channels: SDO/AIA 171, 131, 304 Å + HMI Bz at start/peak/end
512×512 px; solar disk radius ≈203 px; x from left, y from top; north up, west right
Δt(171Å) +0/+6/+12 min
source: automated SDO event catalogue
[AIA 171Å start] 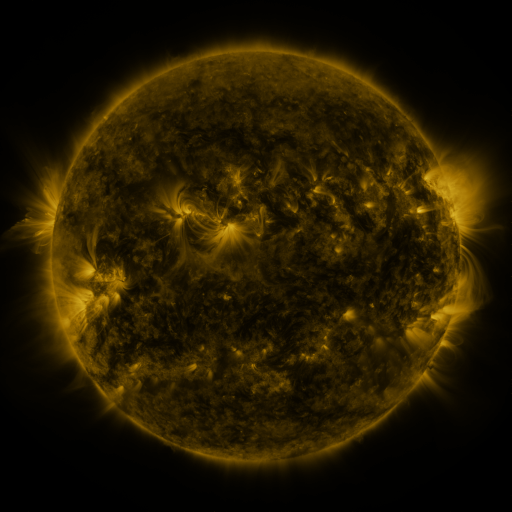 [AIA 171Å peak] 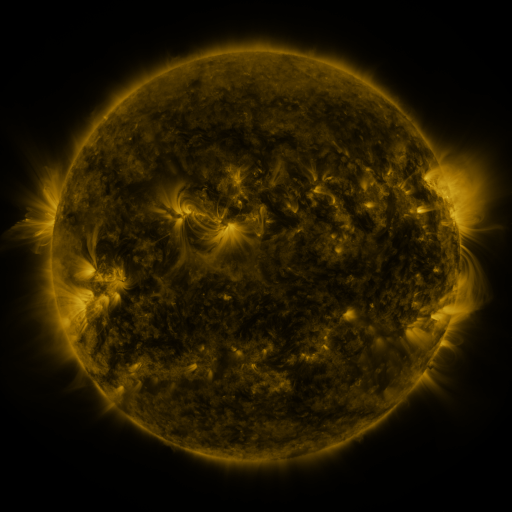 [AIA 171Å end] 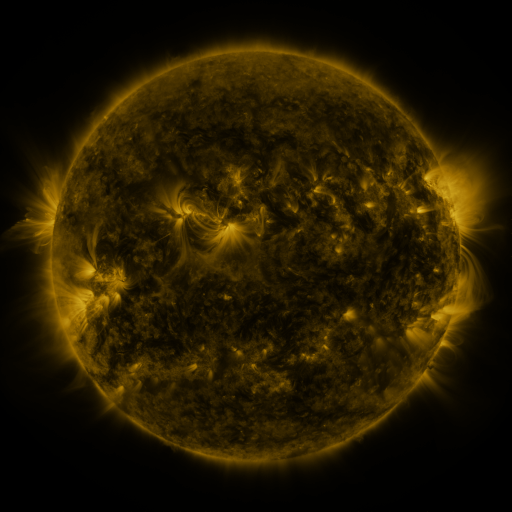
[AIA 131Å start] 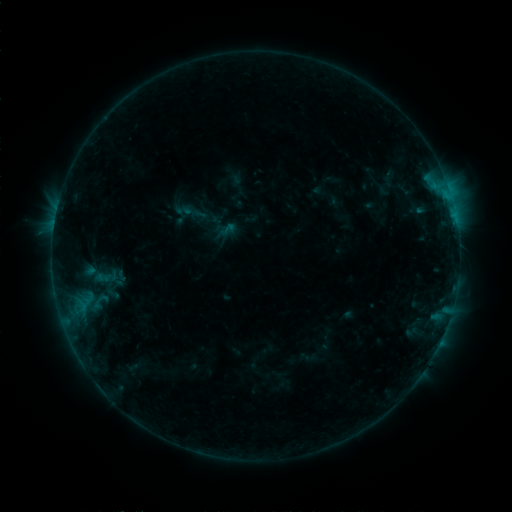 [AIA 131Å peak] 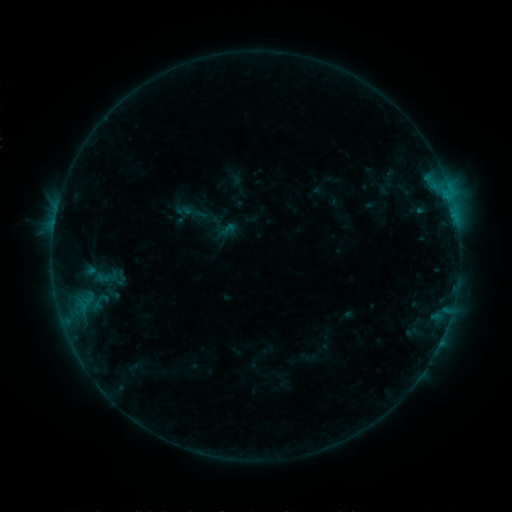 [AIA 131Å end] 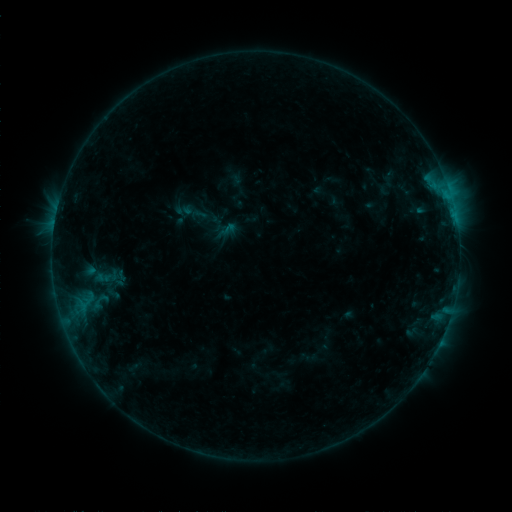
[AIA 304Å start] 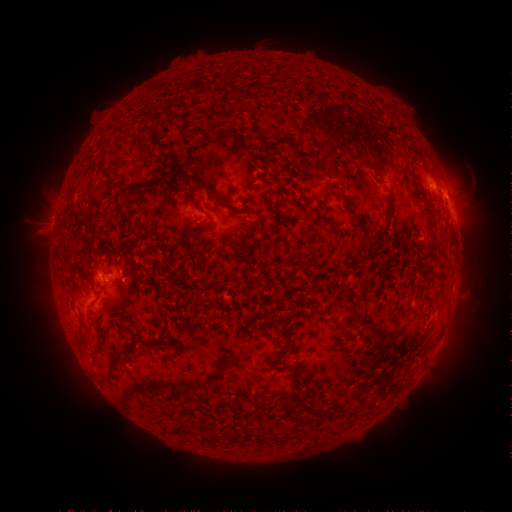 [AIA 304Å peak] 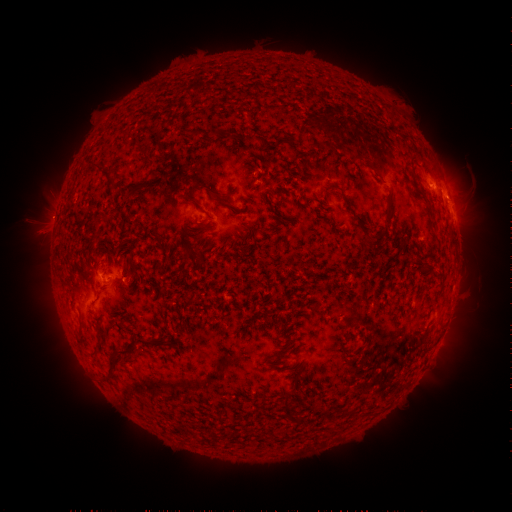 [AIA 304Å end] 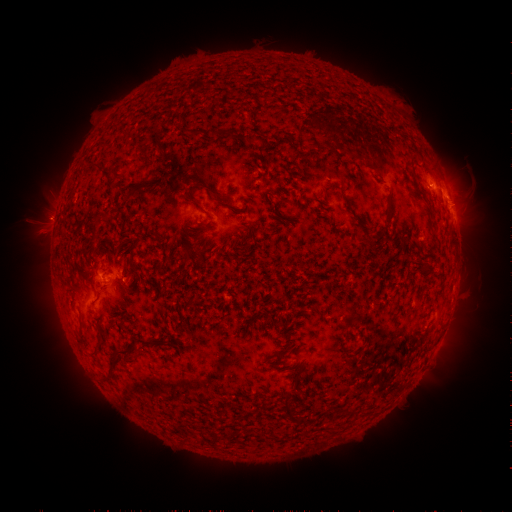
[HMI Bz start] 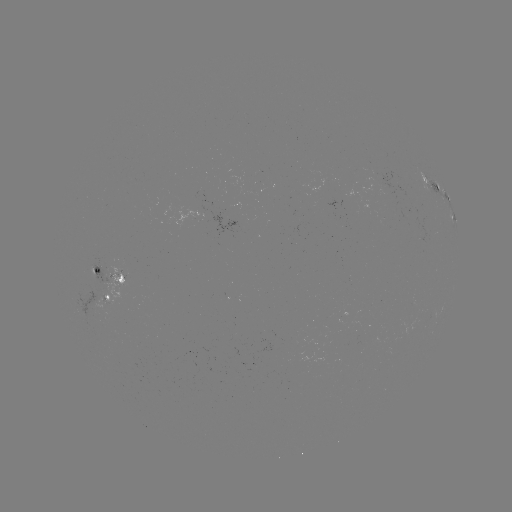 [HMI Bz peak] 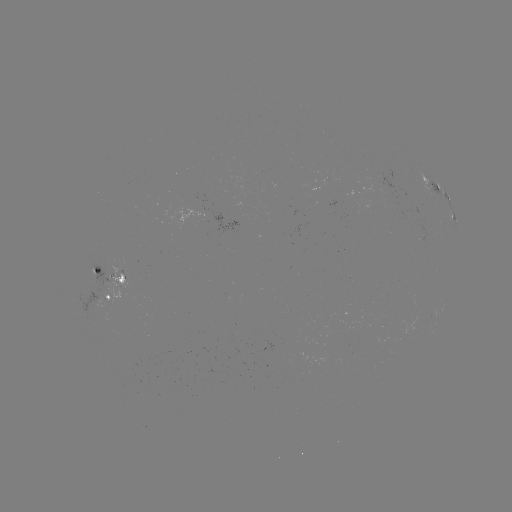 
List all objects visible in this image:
eruption: (49, 216)
